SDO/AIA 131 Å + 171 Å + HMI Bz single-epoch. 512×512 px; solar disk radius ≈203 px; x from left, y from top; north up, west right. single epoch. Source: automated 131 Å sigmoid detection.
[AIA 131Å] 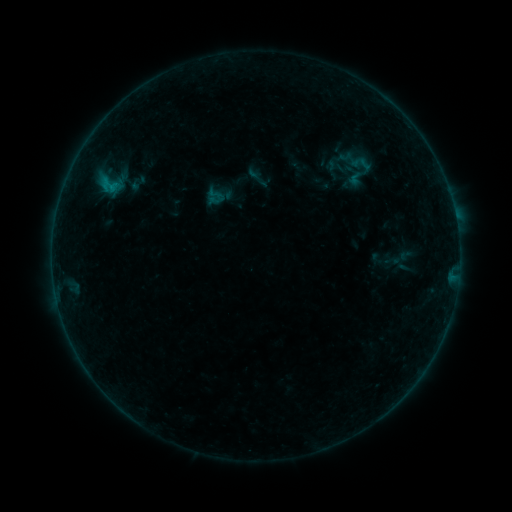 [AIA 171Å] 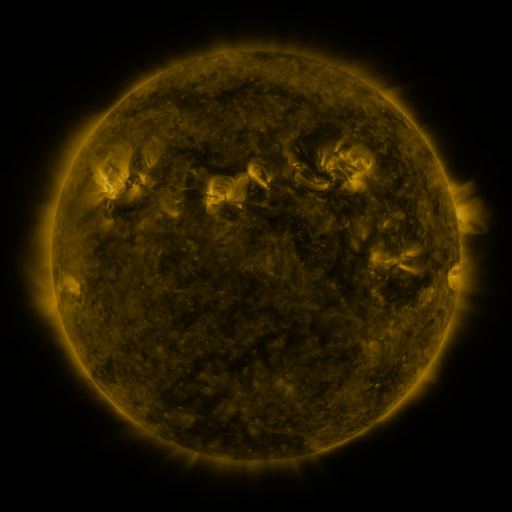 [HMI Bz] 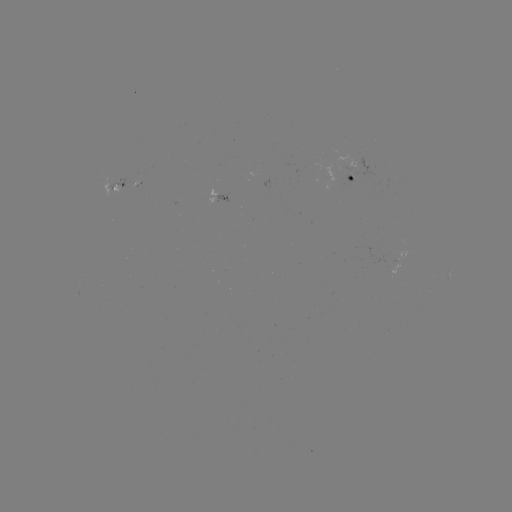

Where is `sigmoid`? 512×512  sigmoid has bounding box [96, 171, 124, 199].